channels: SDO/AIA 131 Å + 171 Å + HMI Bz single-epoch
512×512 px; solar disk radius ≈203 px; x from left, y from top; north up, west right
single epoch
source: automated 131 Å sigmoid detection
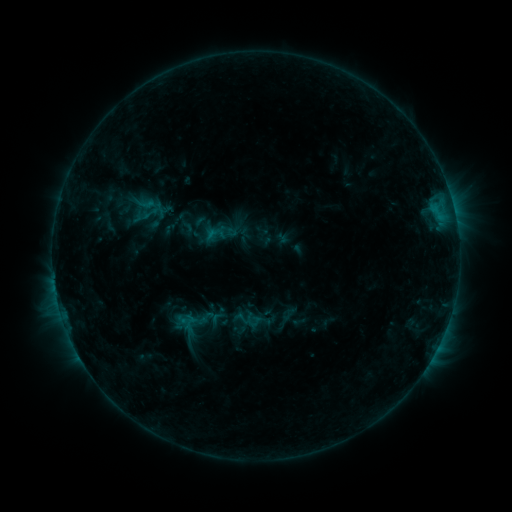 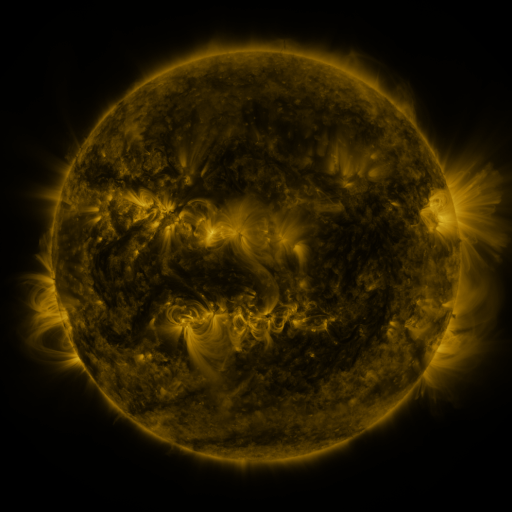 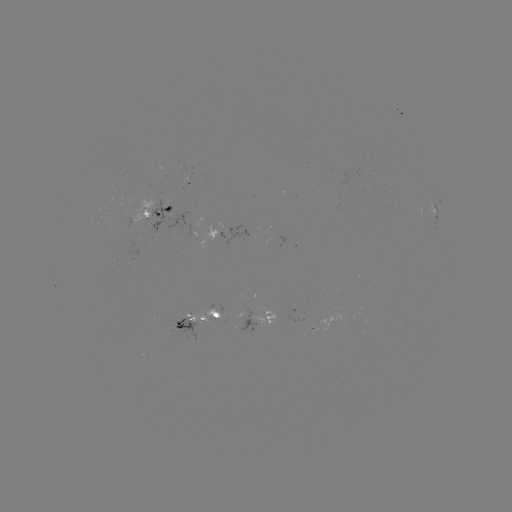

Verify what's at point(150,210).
sigmoid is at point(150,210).